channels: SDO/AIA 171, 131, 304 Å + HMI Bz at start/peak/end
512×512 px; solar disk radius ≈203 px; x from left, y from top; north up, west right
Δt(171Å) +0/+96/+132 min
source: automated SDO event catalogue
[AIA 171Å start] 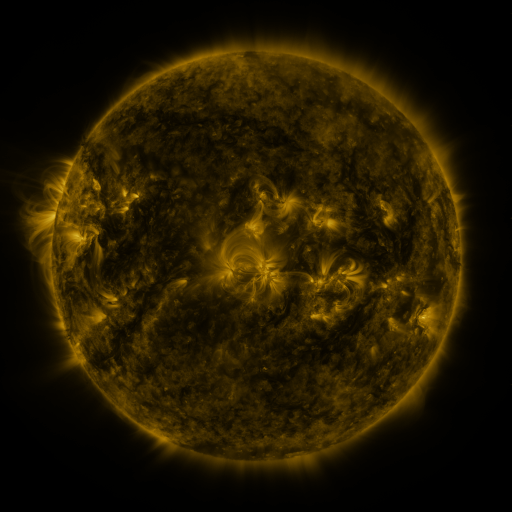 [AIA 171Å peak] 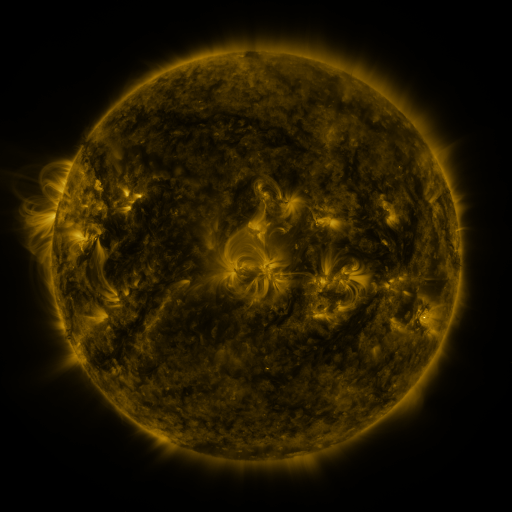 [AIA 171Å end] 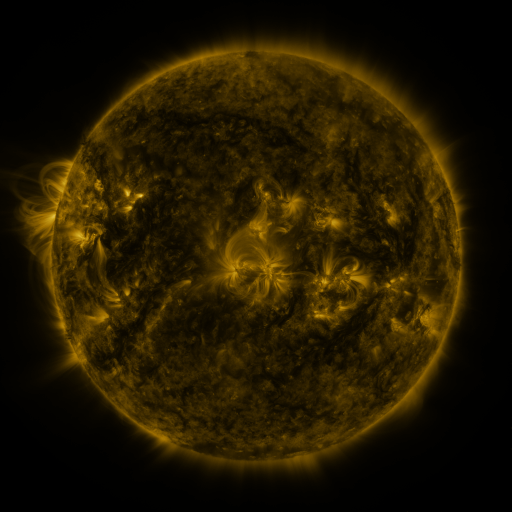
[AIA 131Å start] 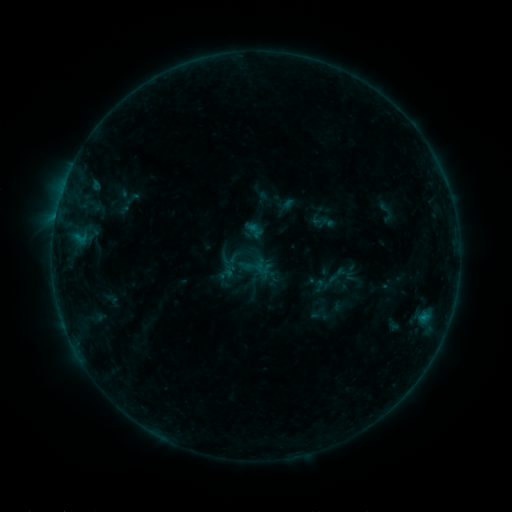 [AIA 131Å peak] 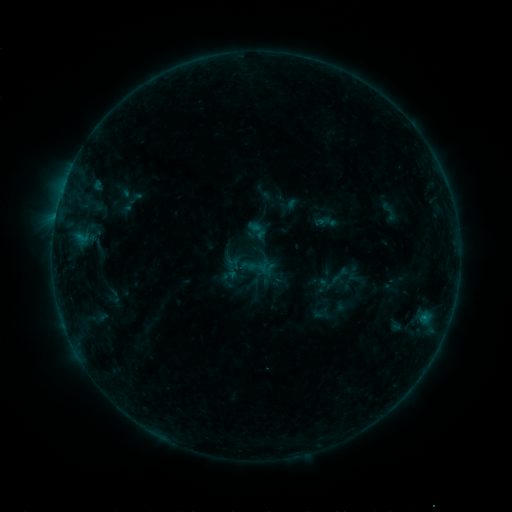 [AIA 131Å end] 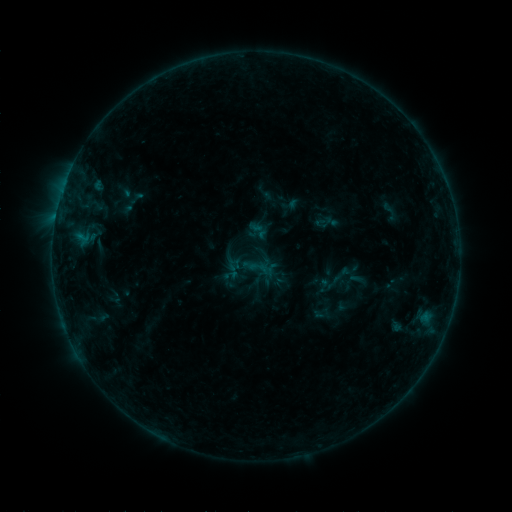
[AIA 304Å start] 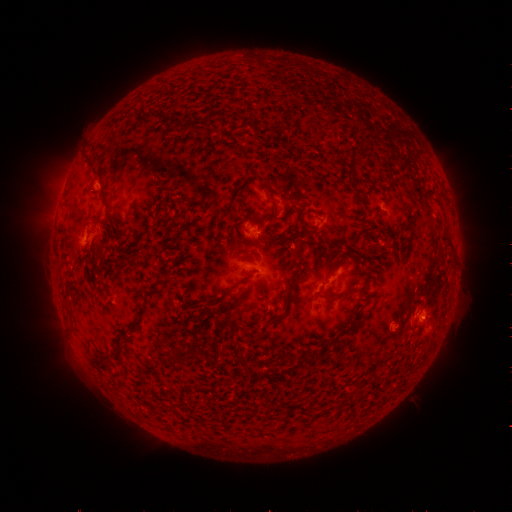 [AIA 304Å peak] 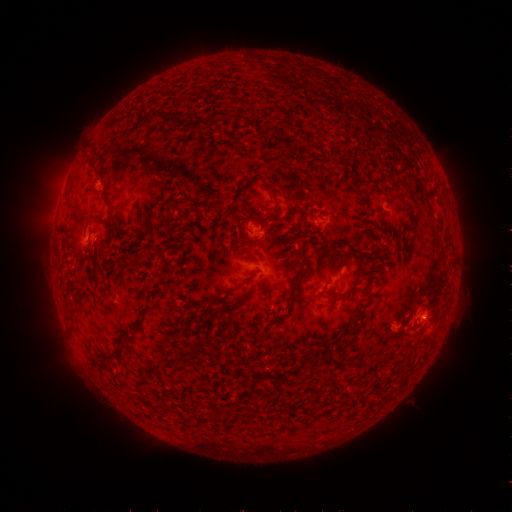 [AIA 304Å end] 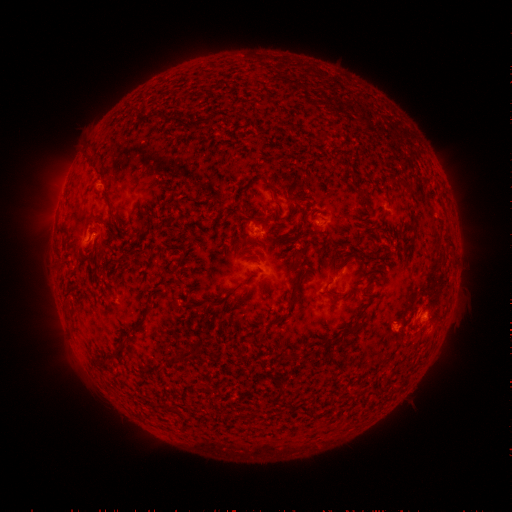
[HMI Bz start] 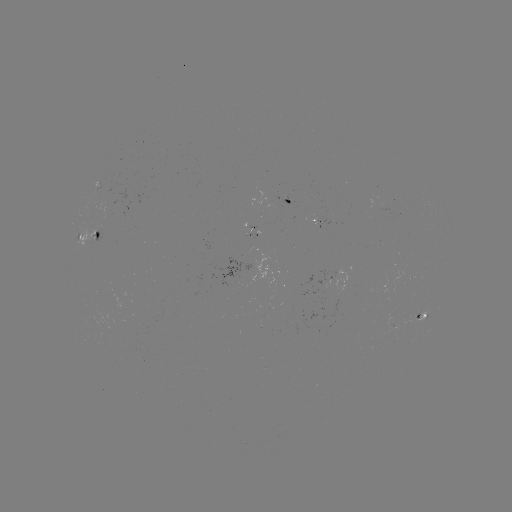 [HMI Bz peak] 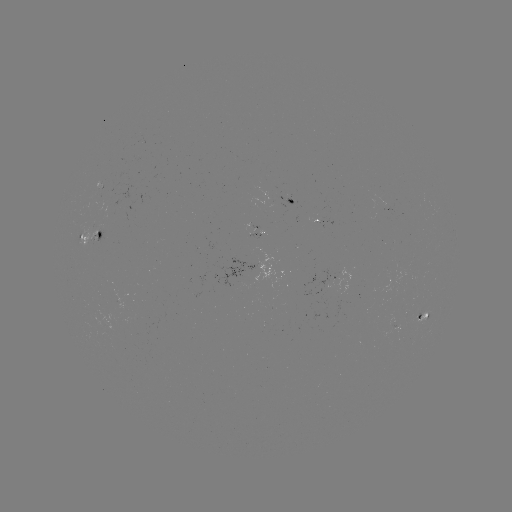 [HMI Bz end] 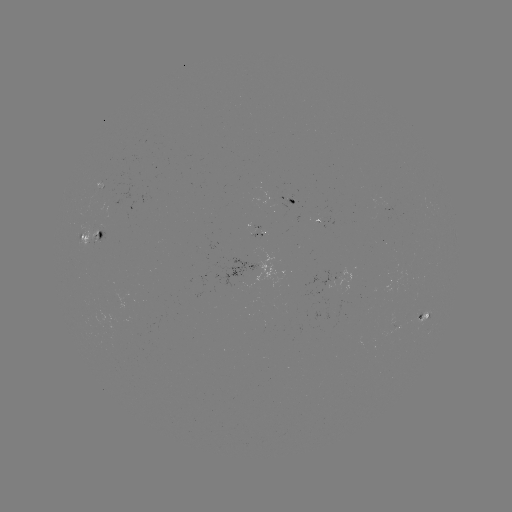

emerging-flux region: [302, 272, 333, 290]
